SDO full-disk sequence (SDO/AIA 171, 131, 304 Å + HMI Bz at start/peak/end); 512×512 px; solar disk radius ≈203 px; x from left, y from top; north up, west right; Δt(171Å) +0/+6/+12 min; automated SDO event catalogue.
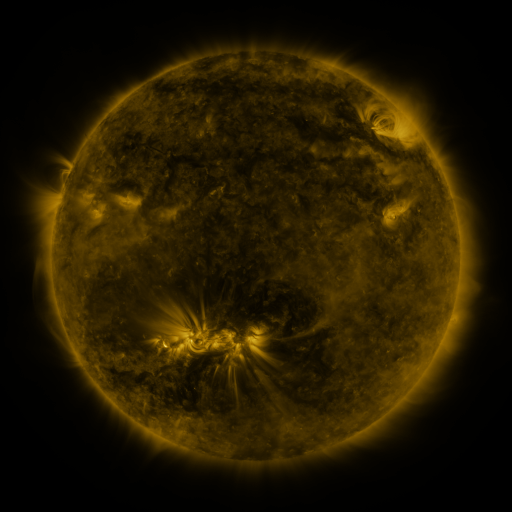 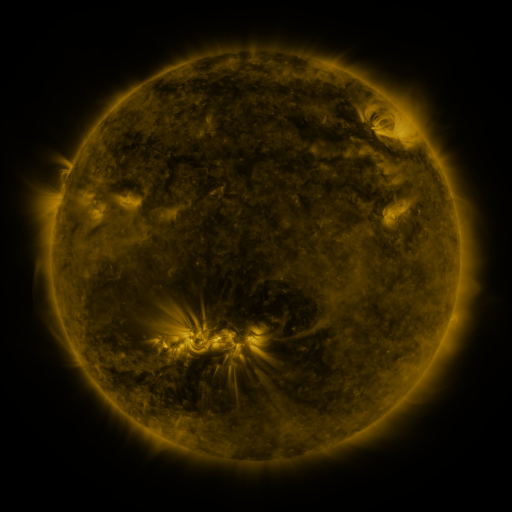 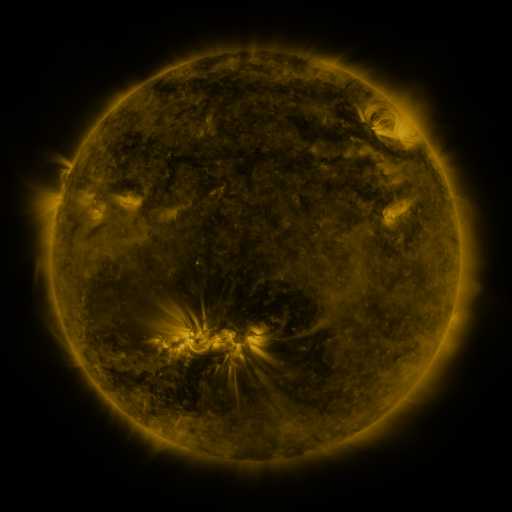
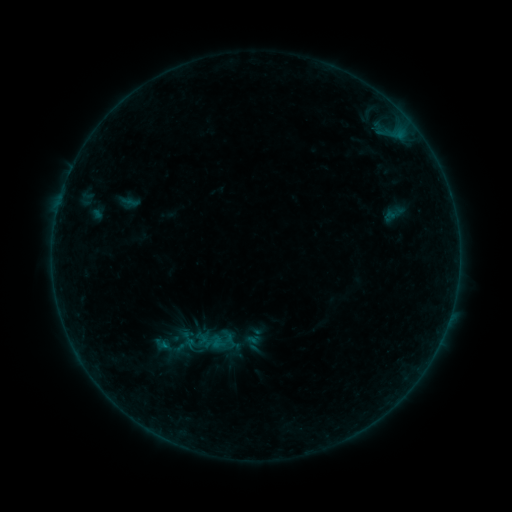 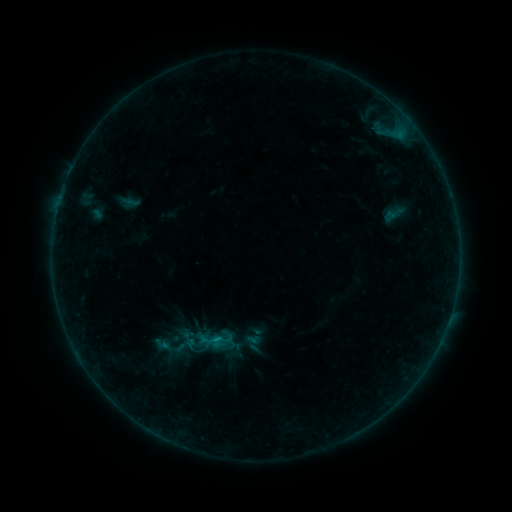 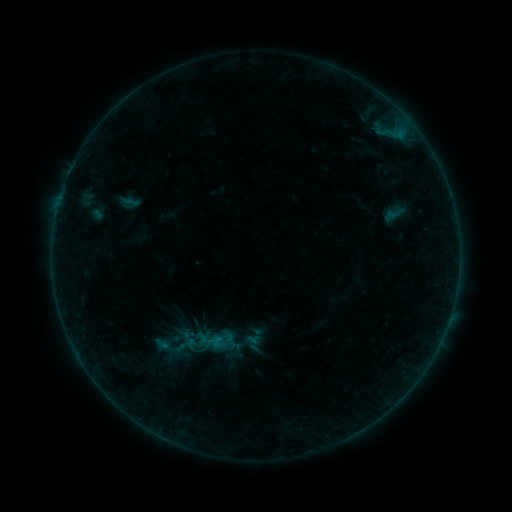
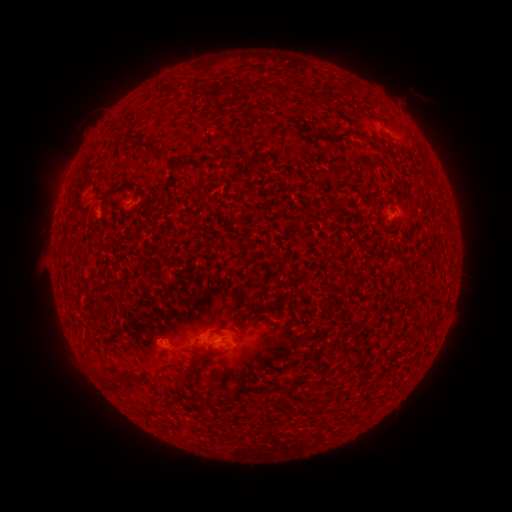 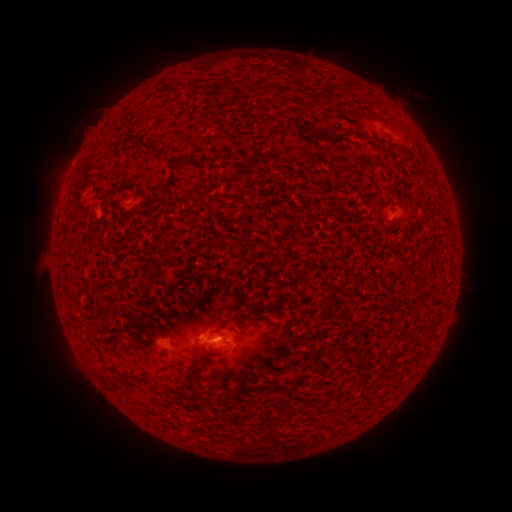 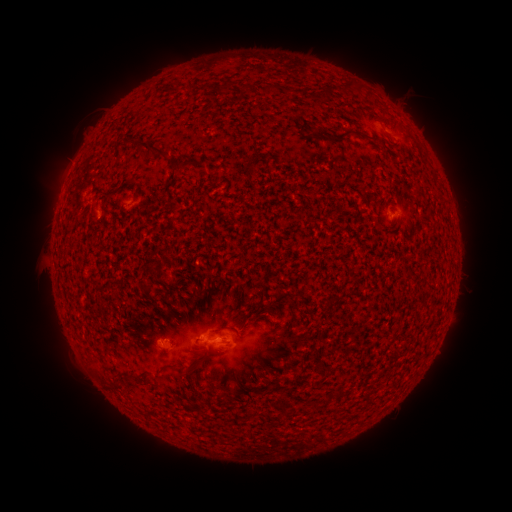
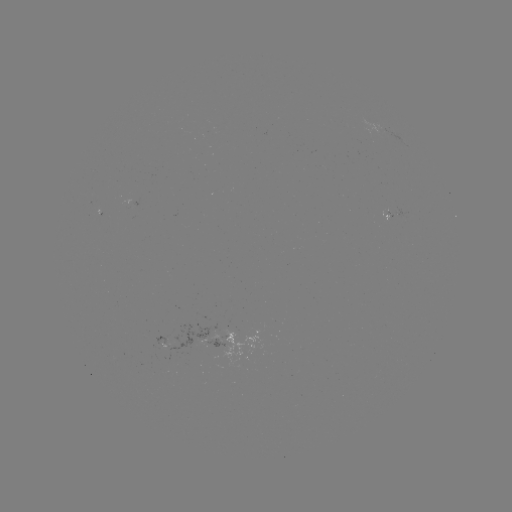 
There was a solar flare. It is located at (219, 340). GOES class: B2.1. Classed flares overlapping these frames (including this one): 1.